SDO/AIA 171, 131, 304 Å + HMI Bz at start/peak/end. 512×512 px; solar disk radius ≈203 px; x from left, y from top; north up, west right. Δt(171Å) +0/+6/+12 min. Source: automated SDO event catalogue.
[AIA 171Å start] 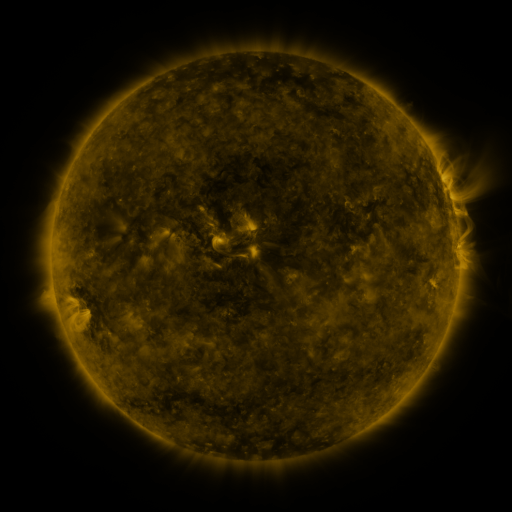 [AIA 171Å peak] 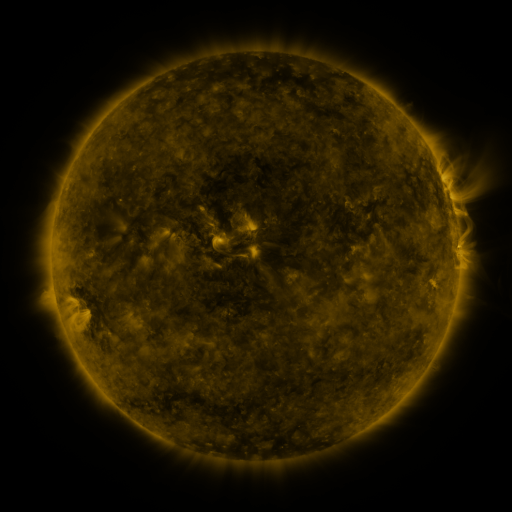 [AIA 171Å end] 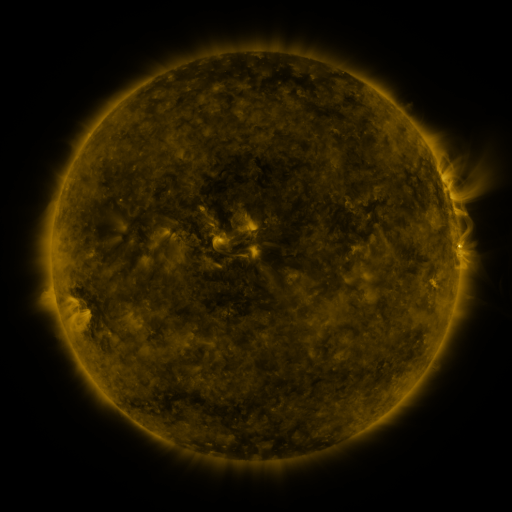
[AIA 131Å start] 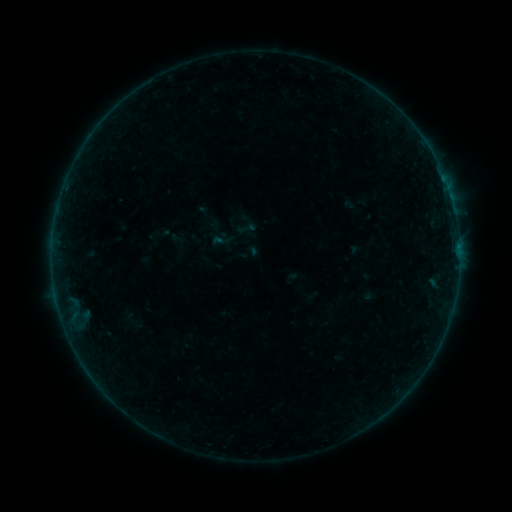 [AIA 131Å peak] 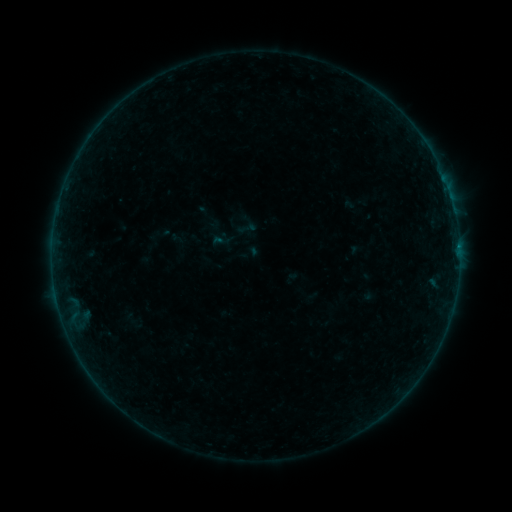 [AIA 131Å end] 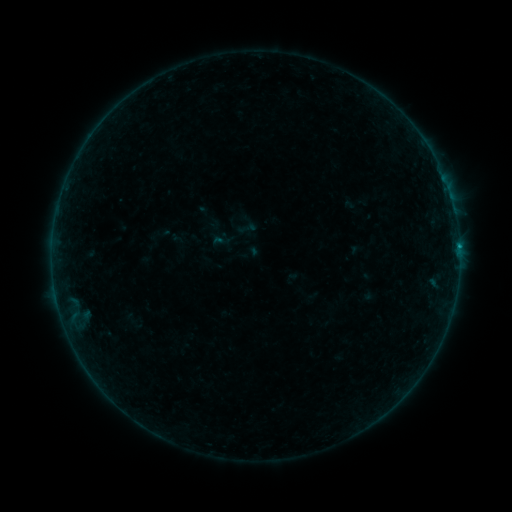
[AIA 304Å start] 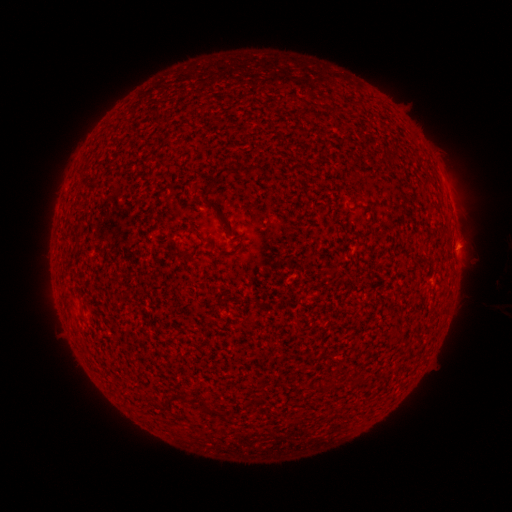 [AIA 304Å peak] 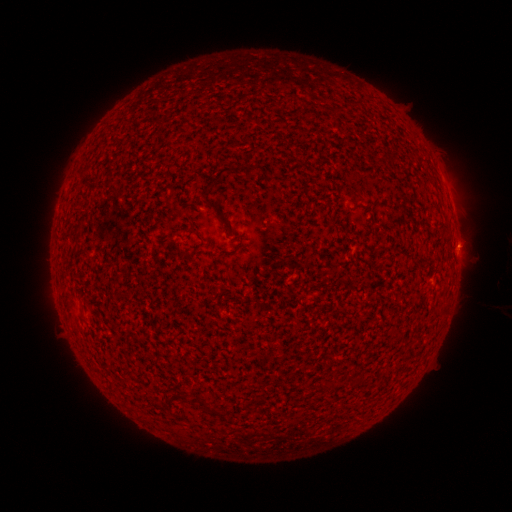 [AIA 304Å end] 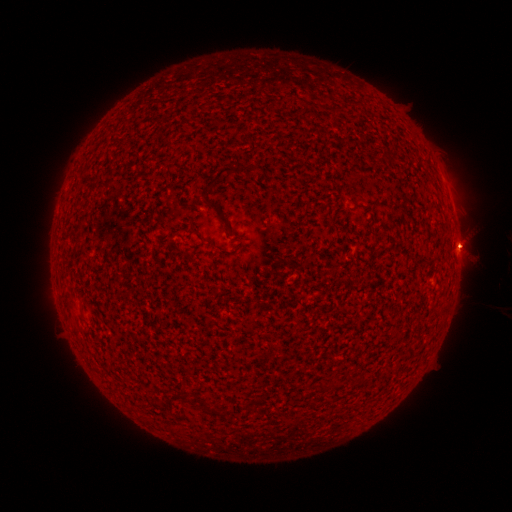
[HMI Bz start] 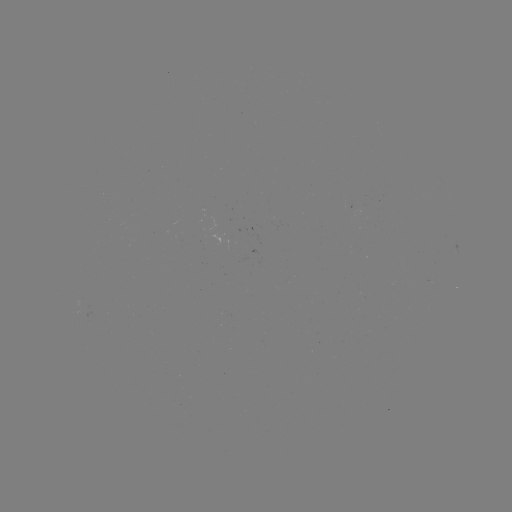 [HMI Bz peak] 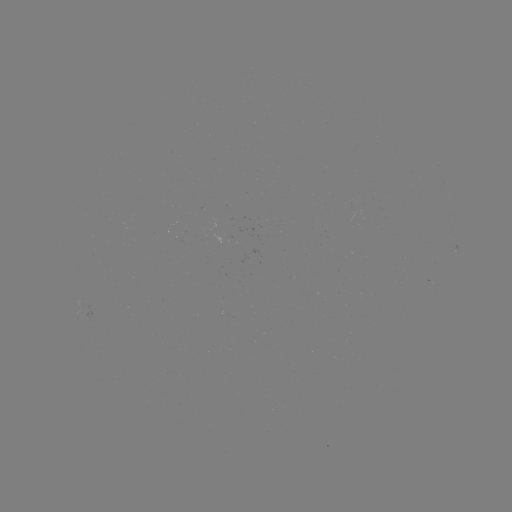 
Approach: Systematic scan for B3.5 flare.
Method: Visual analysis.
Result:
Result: B3.5 flare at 459,249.